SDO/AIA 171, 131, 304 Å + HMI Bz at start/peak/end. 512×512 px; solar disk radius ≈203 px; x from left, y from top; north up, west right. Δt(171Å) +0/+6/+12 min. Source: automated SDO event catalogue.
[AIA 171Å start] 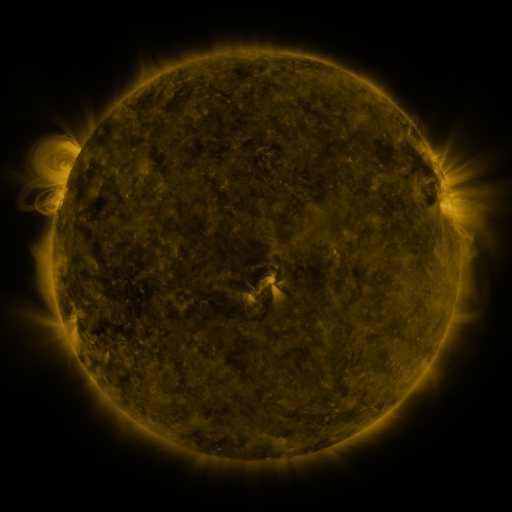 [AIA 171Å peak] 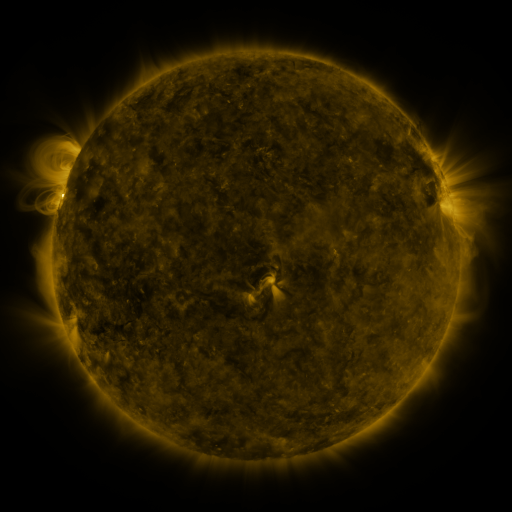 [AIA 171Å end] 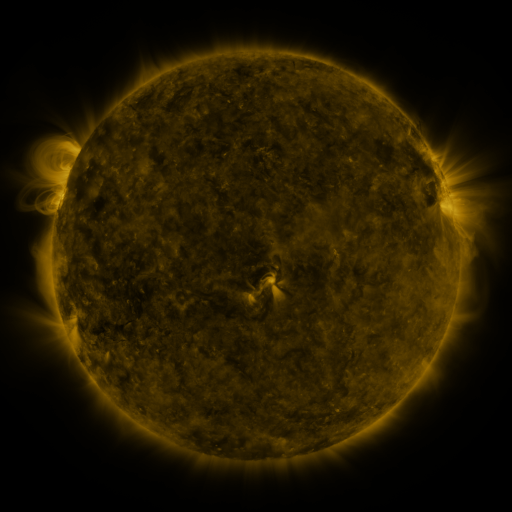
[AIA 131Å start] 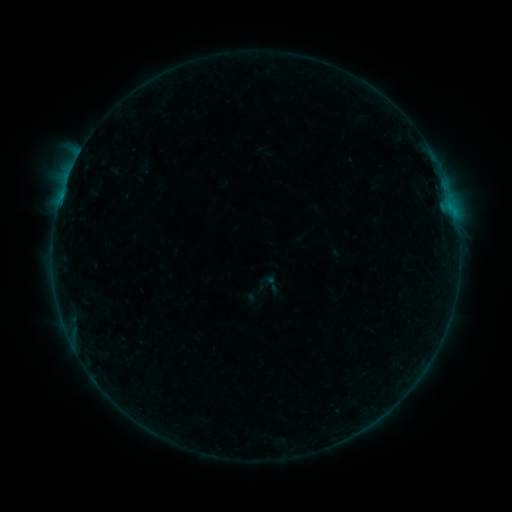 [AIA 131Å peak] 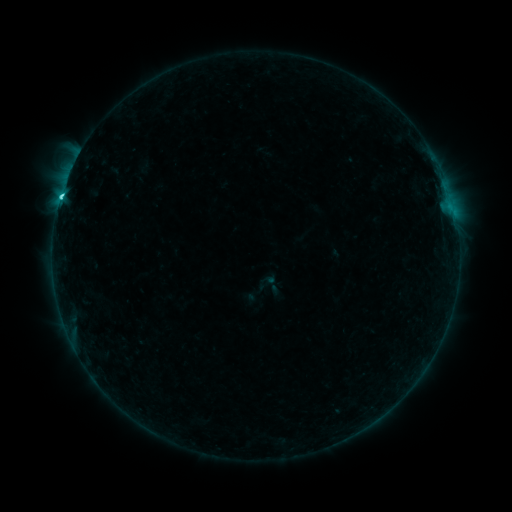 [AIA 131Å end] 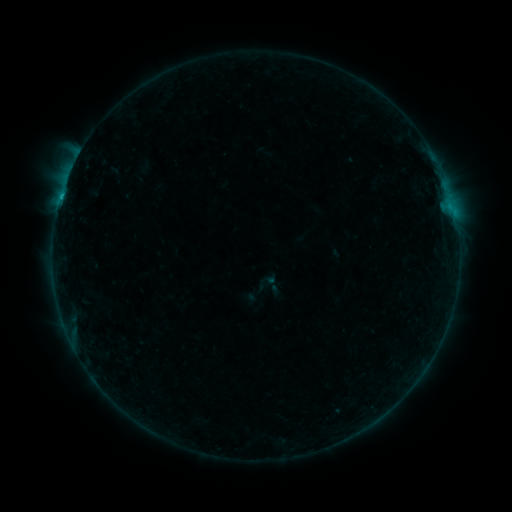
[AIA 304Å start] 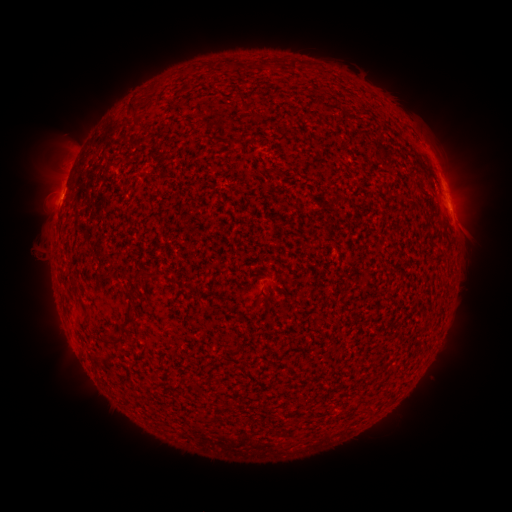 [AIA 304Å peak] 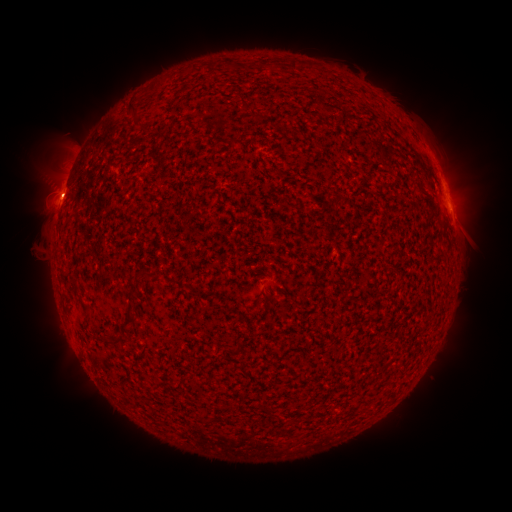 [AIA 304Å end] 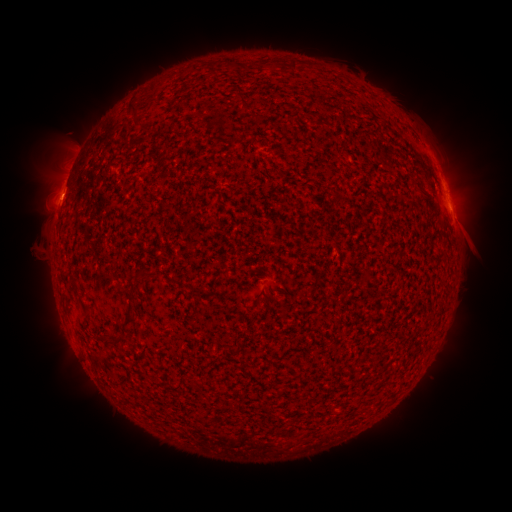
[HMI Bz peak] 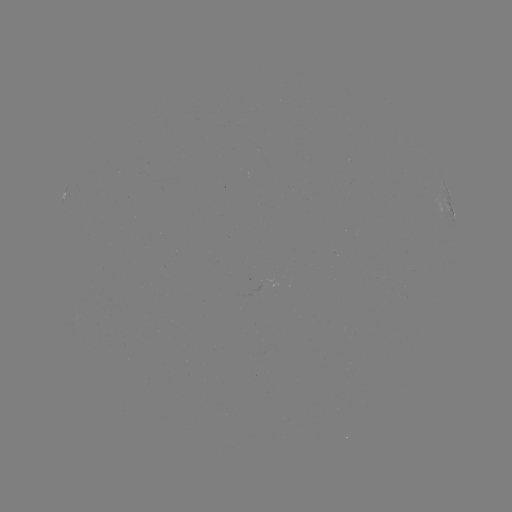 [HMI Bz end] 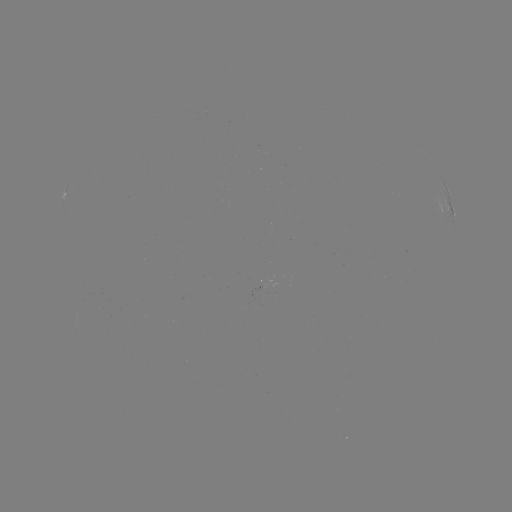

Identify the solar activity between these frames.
C1.8 flare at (61, 197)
